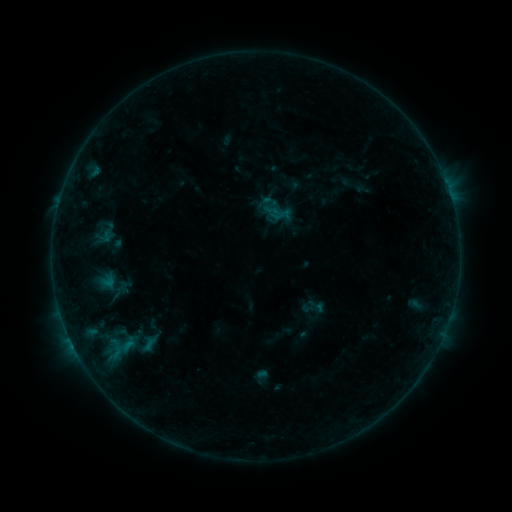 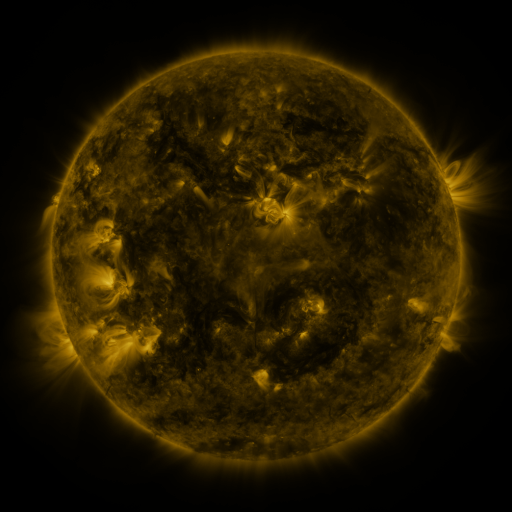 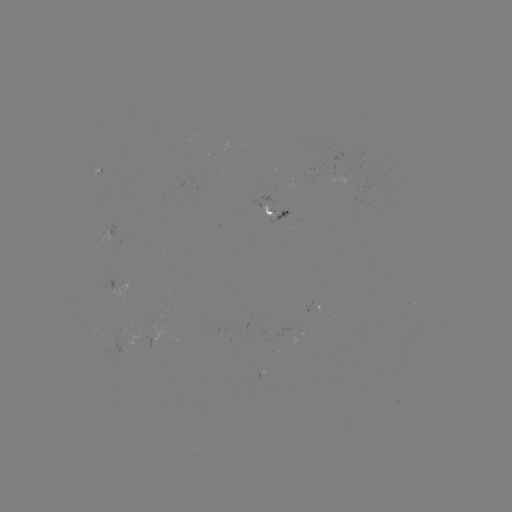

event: sigmoid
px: (144, 343)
